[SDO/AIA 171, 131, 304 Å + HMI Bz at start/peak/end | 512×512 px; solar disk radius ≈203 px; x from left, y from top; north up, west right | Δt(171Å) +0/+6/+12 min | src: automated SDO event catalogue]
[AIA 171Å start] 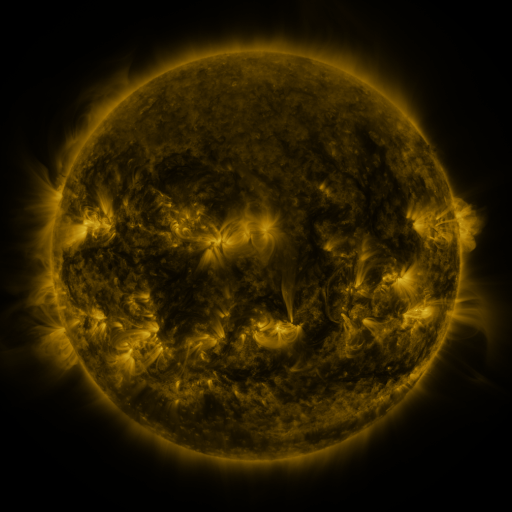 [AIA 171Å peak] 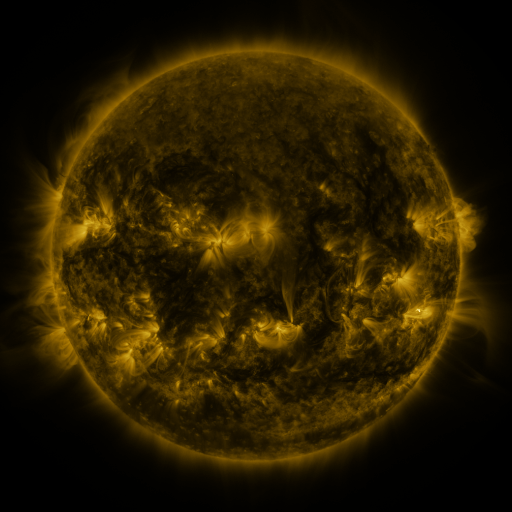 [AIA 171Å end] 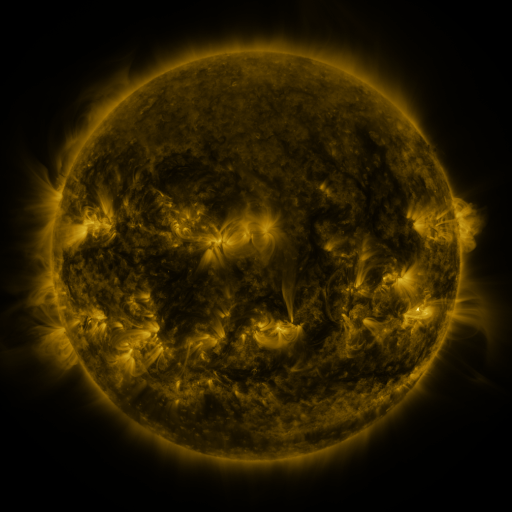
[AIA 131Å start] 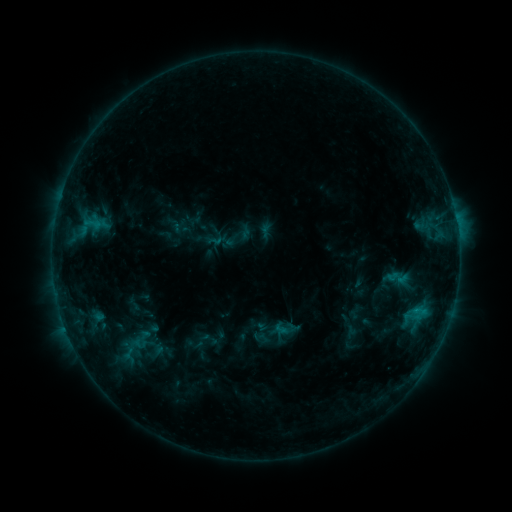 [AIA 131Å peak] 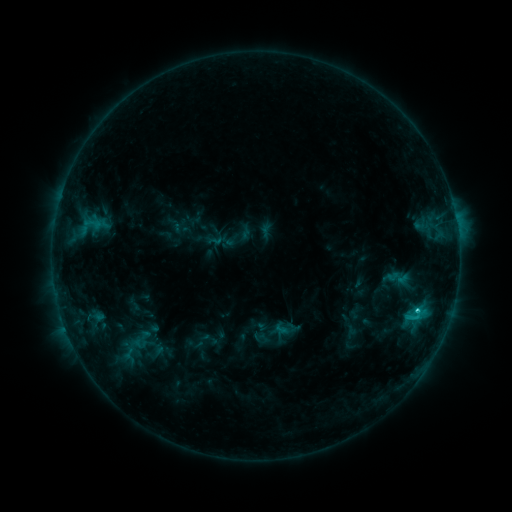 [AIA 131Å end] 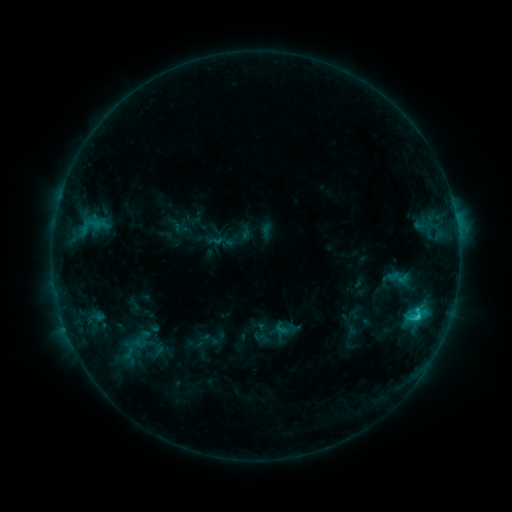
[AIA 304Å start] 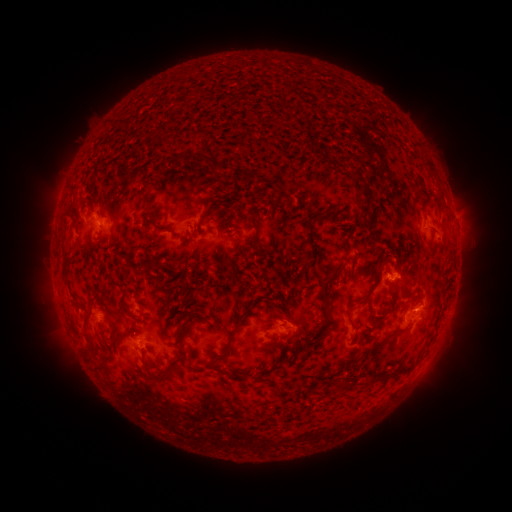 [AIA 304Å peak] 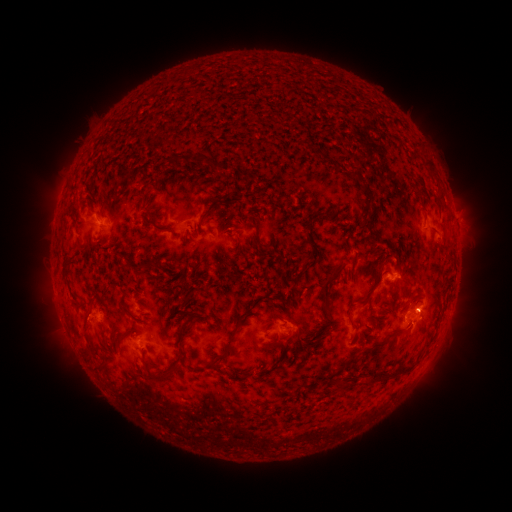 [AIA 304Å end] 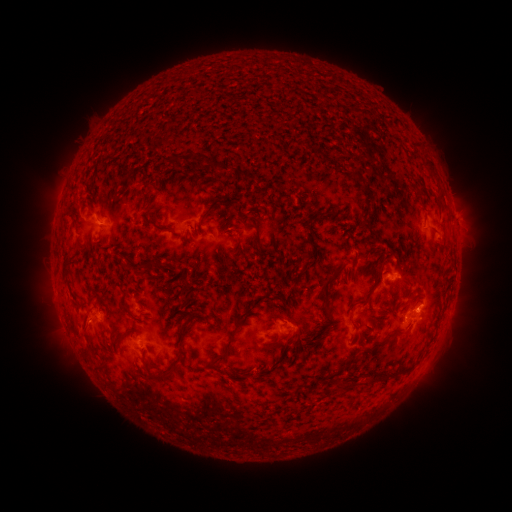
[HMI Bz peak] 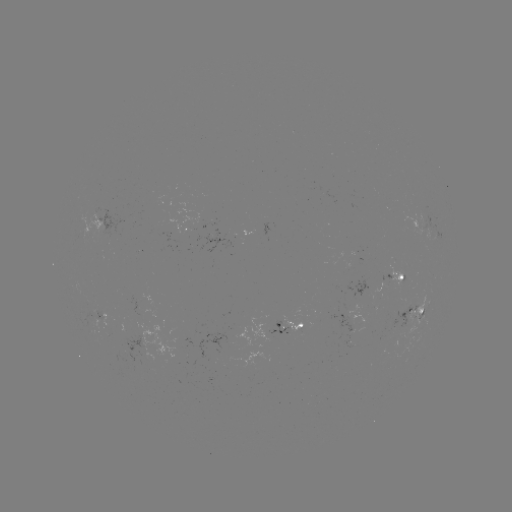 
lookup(C1.7 flare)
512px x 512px (417, 307)